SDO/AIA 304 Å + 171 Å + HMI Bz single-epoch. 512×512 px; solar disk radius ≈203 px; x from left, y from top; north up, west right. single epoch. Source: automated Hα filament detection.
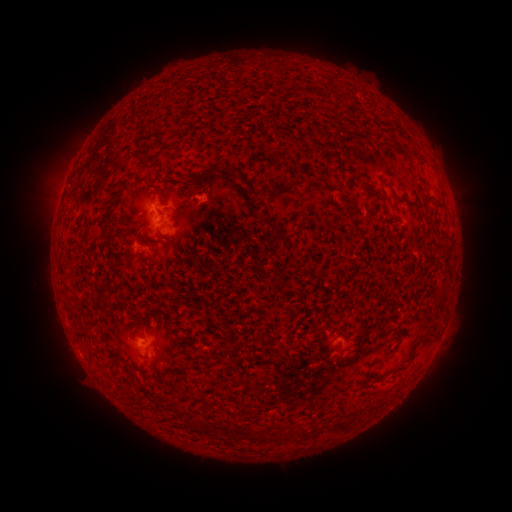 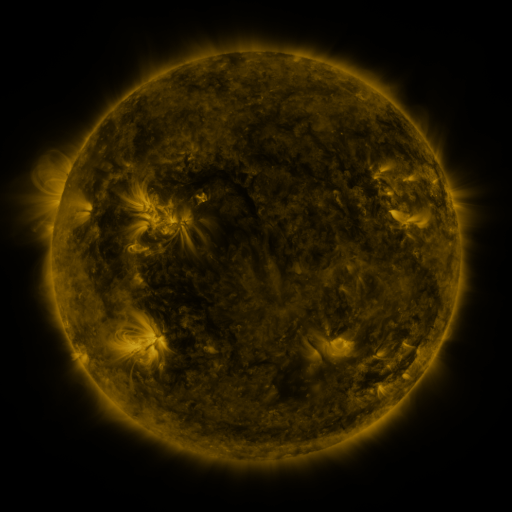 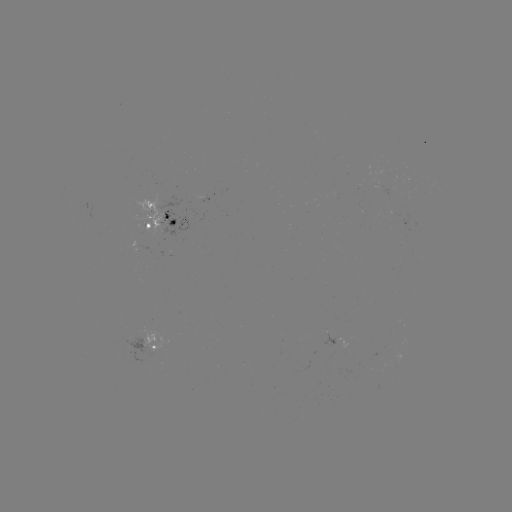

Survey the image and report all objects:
filament: [133, 112, 145, 120]
filament: [268, 151, 286, 165]
filament: [183, 164, 218, 187]
filament: [226, 168, 235, 179]
filament: [161, 176, 171, 183]
filament: [379, 182, 390, 204]
filament: [153, 185, 166, 202]
filament: [102, 188, 123, 239]
filament: [389, 188, 400, 201]
filament: [371, 200, 378, 216]
filament: [435, 200, 444, 209]
filament: [261, 216, 287, 243]
filament: [284, 327, 294, 339]
filament: [149, 355, 157, 368]
filament: [186, 413, 197, 424]
filament: [334, 418, 349, 432]
filament: [221, 422, 232, 435]
filament: [245, 427, 254, 436]
filament: [298, 428, 308, 438]
